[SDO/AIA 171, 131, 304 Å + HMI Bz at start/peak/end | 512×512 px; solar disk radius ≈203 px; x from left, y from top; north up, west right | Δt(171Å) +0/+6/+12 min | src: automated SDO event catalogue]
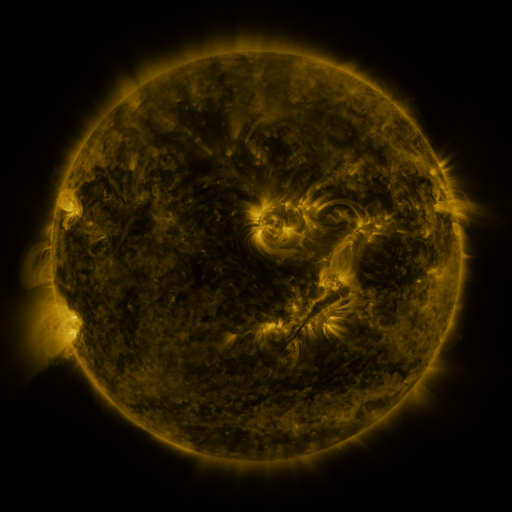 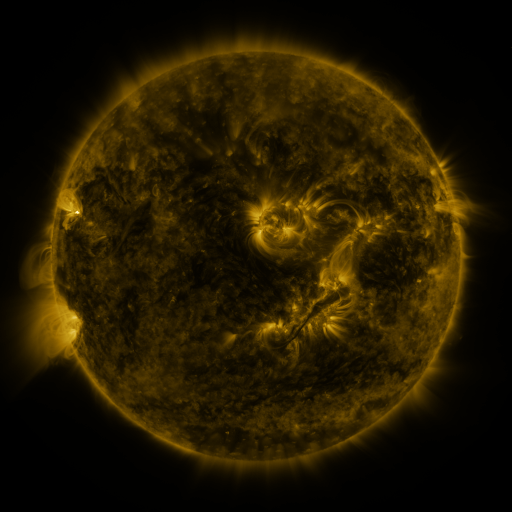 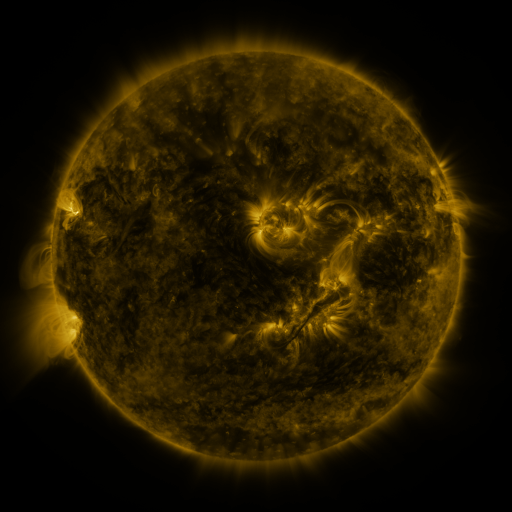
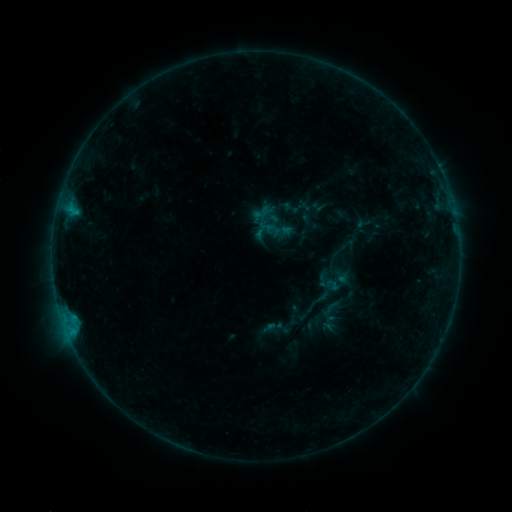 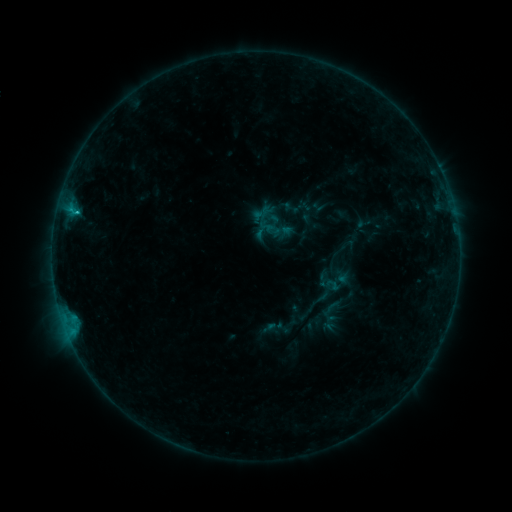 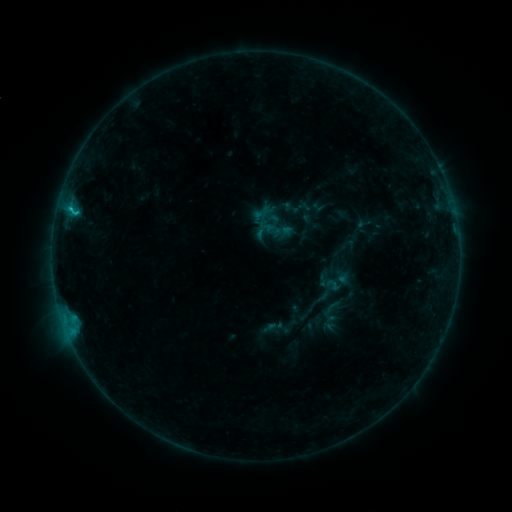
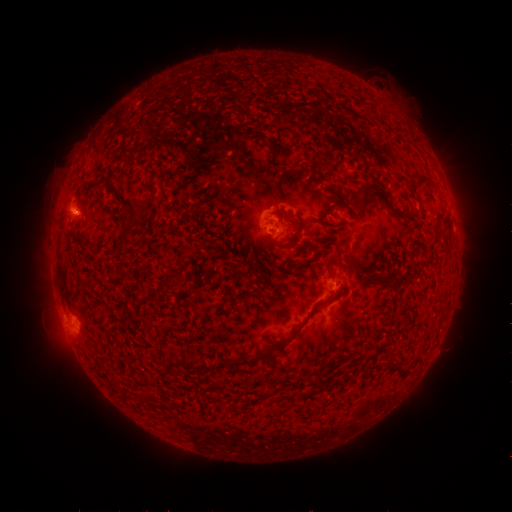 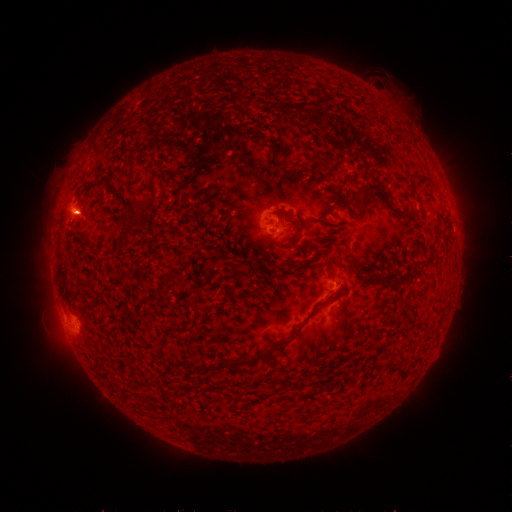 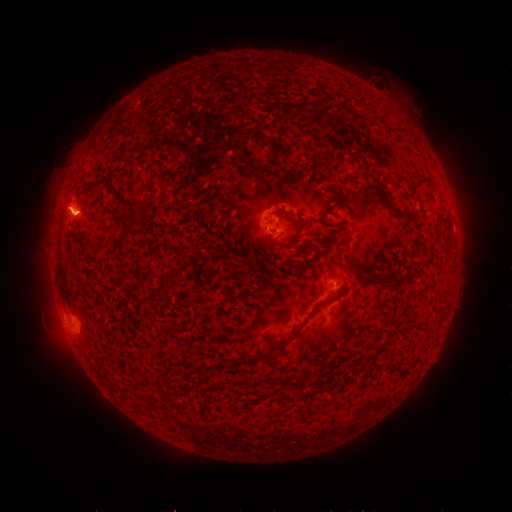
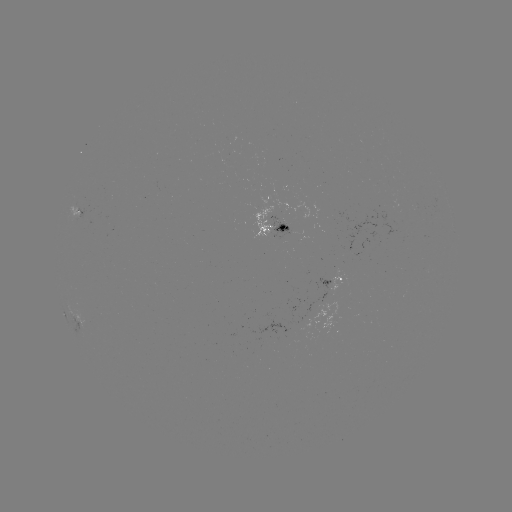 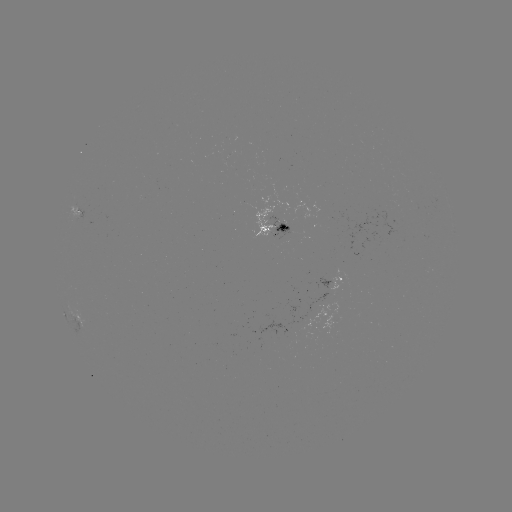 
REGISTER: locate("C1.4 flare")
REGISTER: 76,215